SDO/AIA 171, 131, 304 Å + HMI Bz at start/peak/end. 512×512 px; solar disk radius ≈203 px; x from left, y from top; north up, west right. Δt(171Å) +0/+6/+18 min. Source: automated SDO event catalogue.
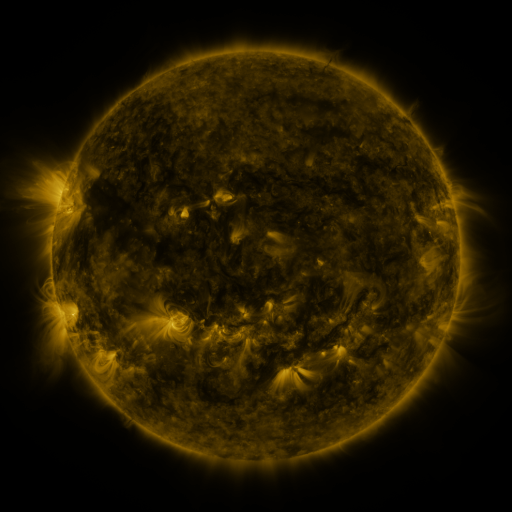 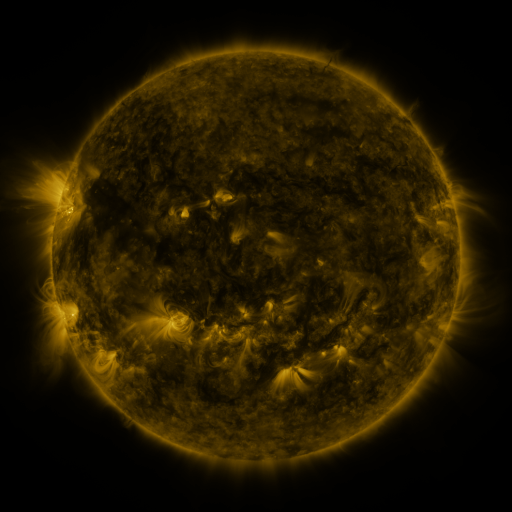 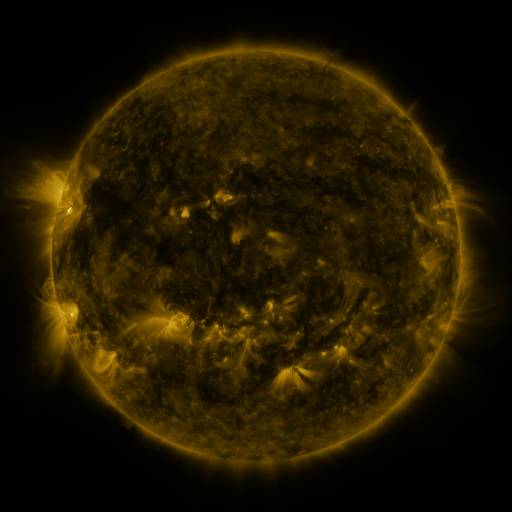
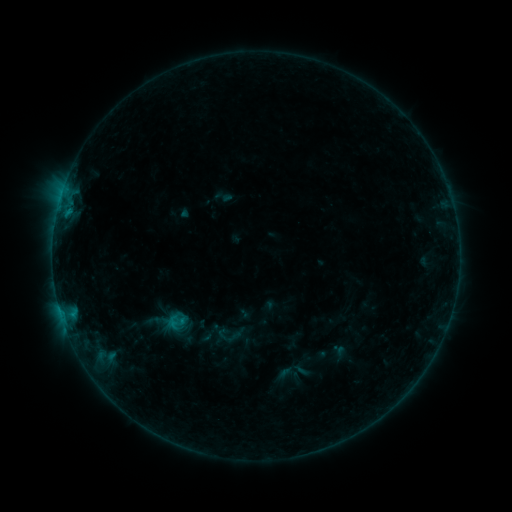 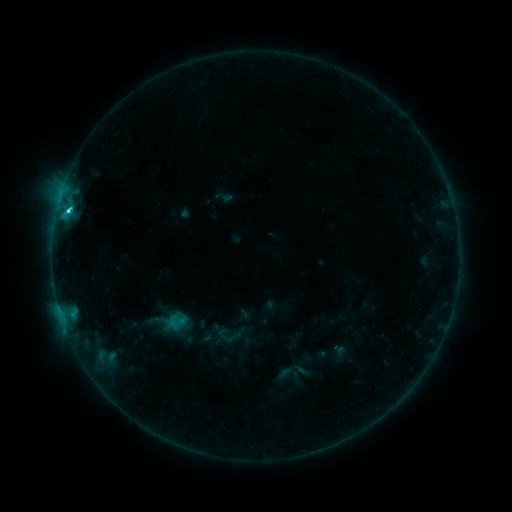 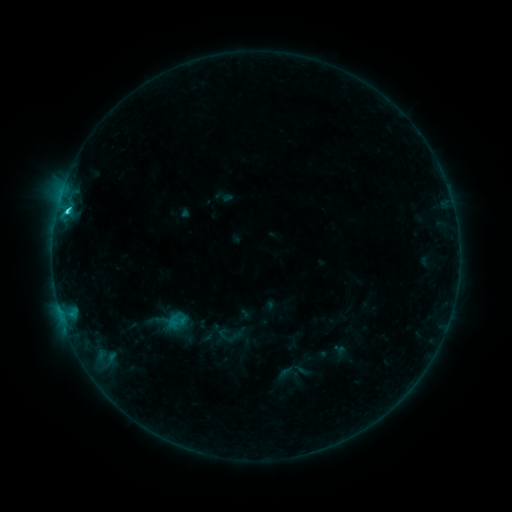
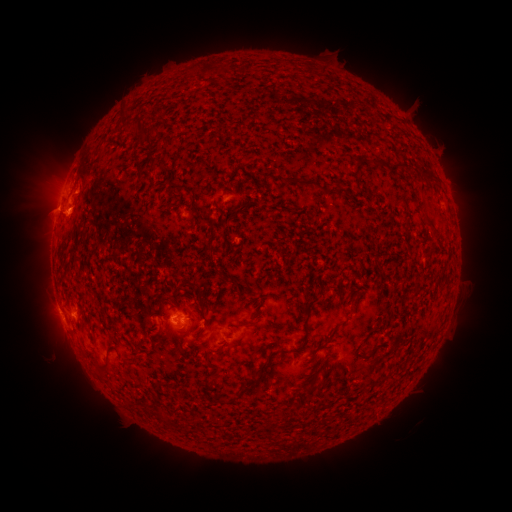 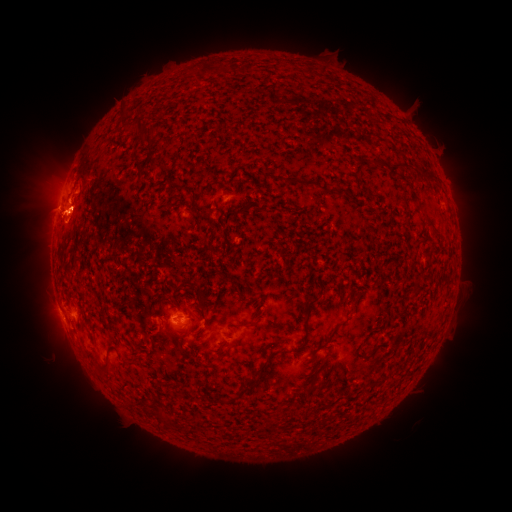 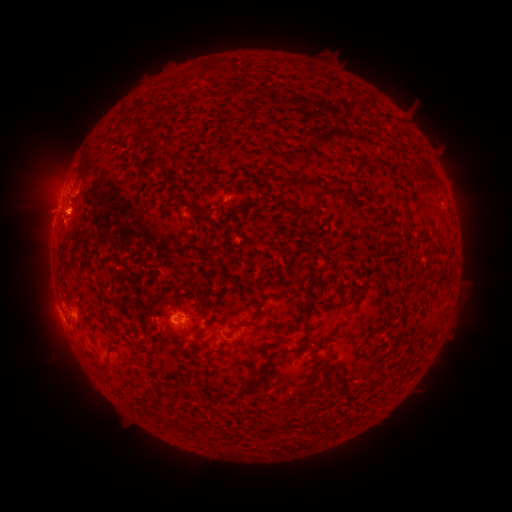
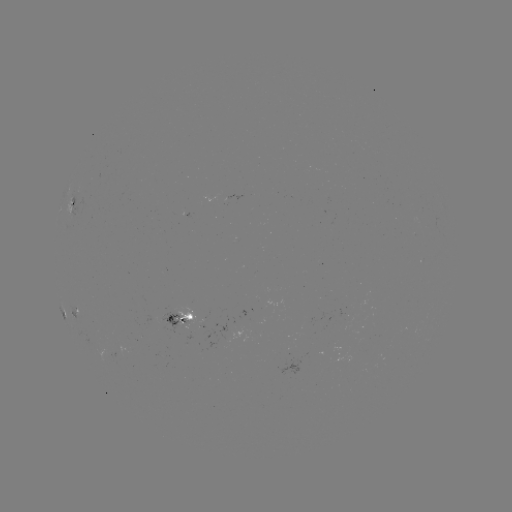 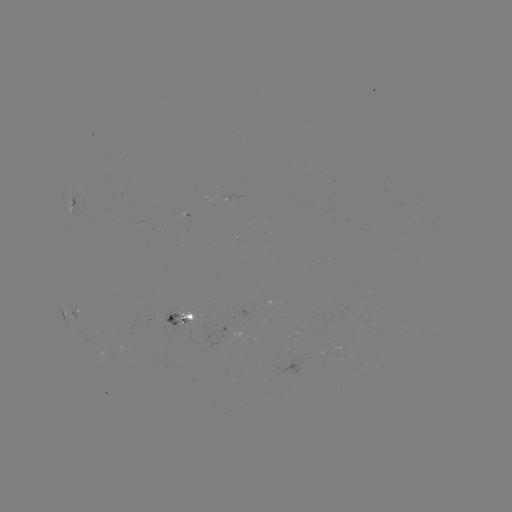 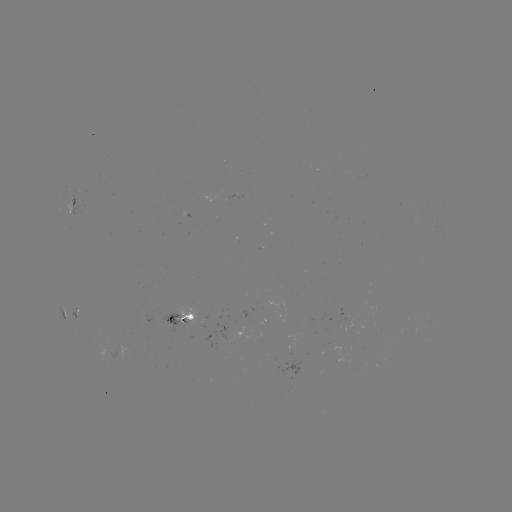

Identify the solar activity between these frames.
C3.4 flare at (68, 213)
